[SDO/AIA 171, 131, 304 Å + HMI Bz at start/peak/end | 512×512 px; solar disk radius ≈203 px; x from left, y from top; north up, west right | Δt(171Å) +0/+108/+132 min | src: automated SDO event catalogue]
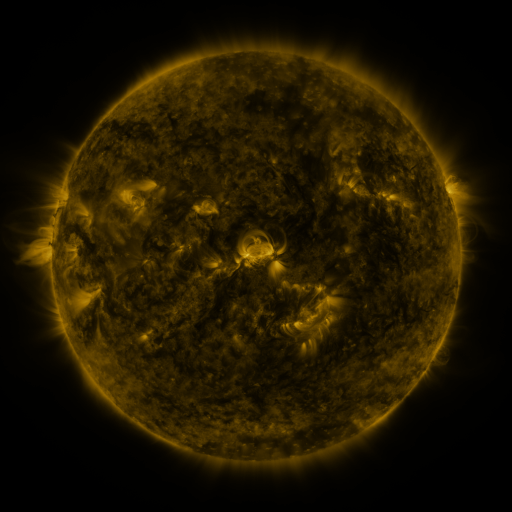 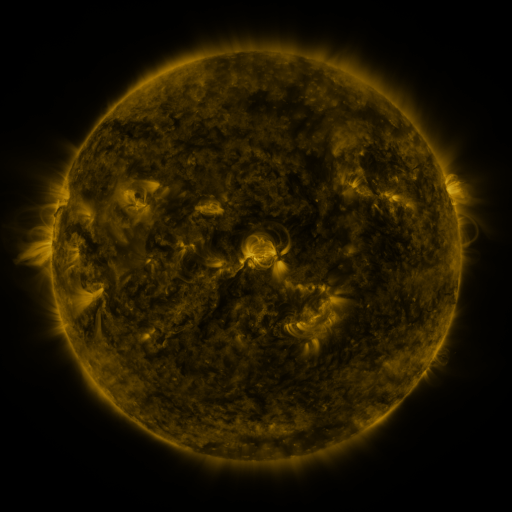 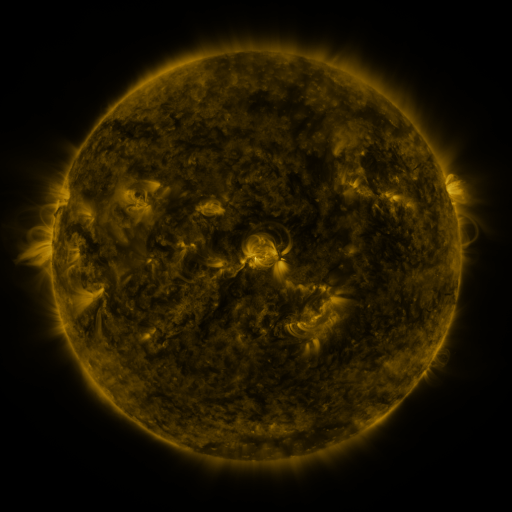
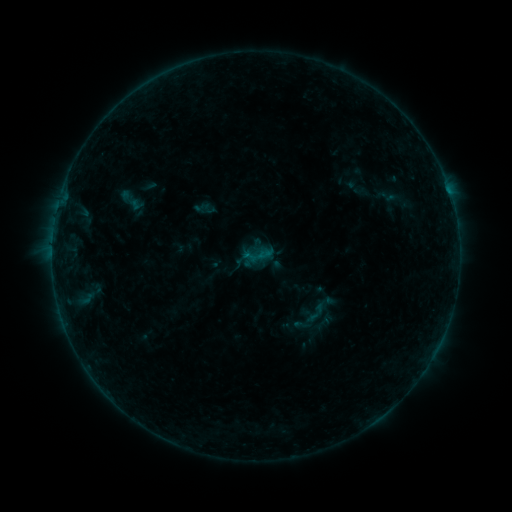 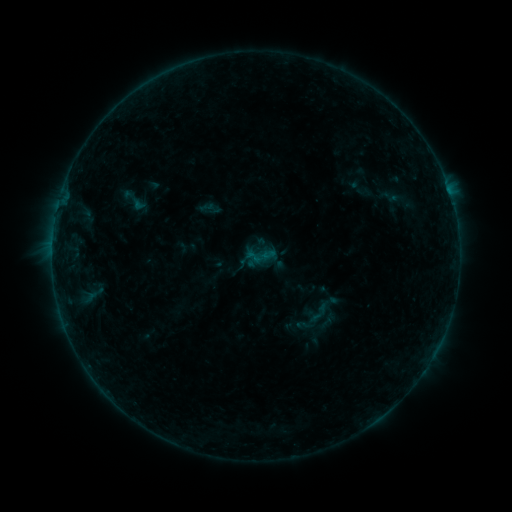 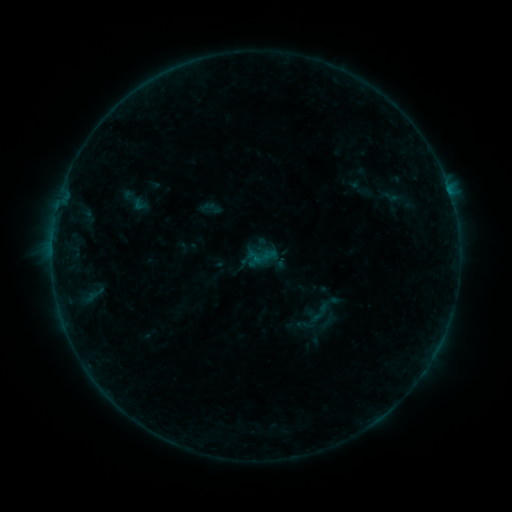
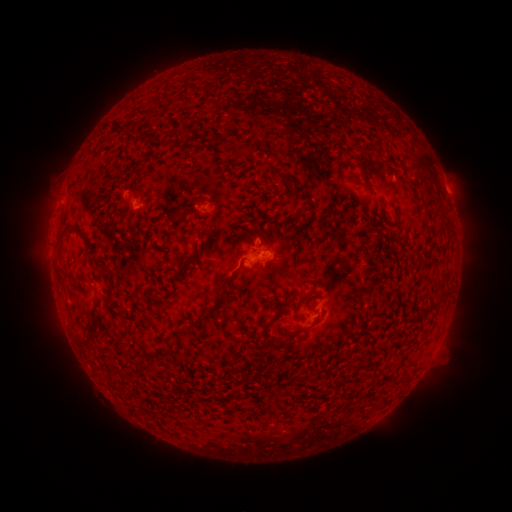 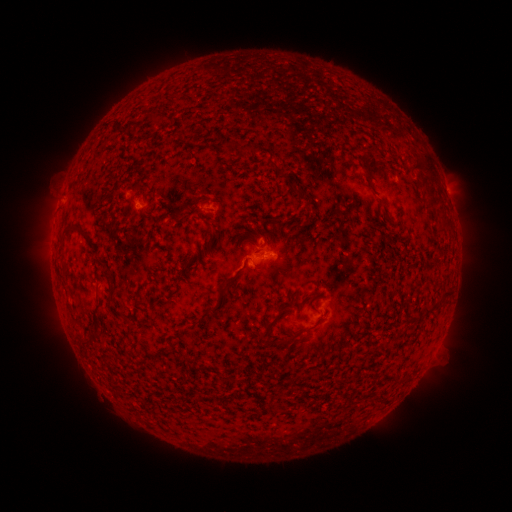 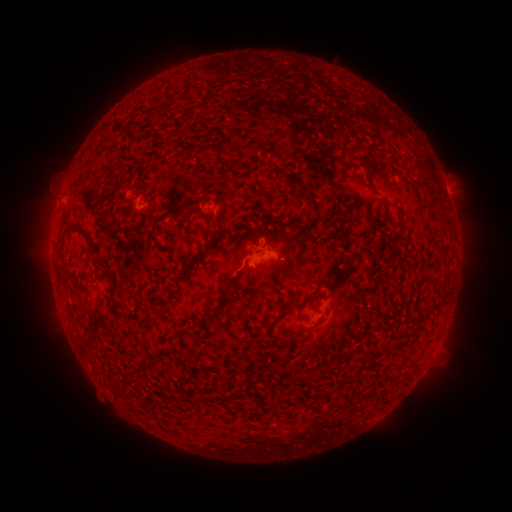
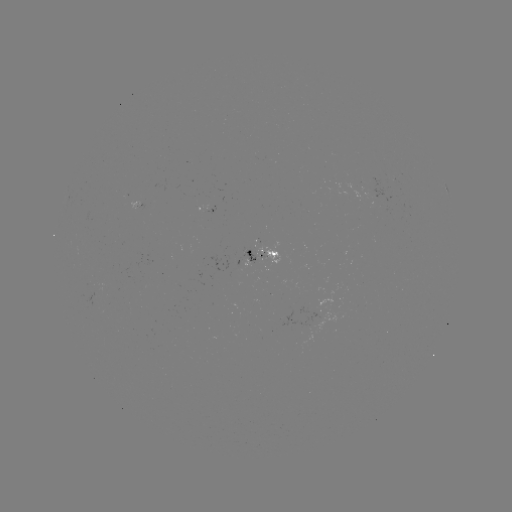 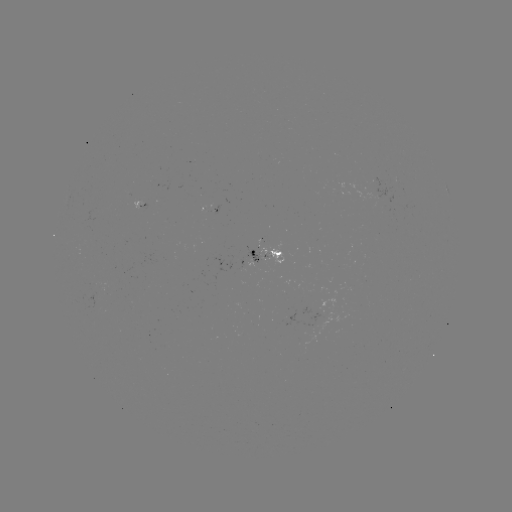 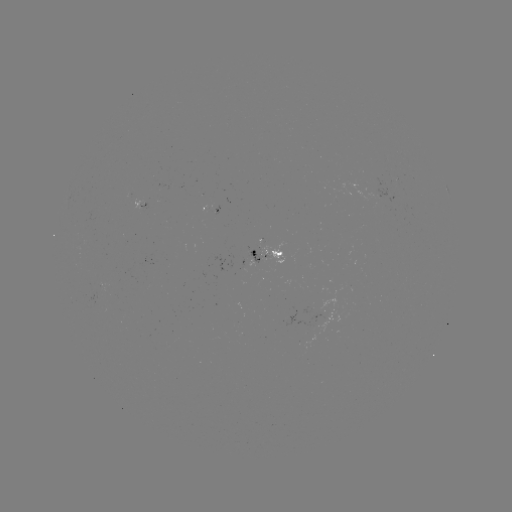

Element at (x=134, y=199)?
emerging-flux region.